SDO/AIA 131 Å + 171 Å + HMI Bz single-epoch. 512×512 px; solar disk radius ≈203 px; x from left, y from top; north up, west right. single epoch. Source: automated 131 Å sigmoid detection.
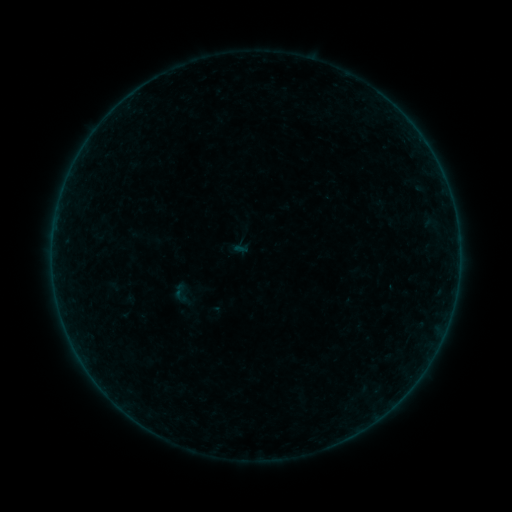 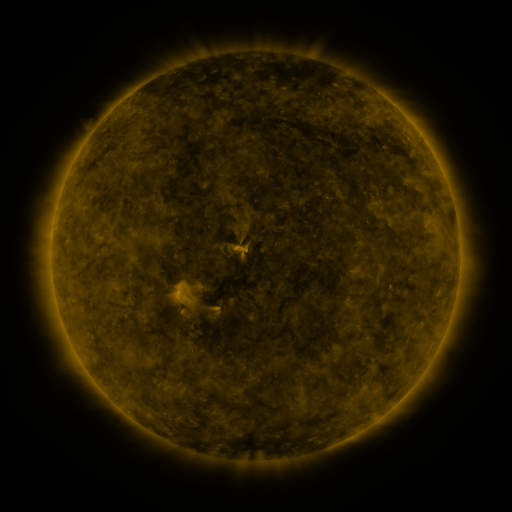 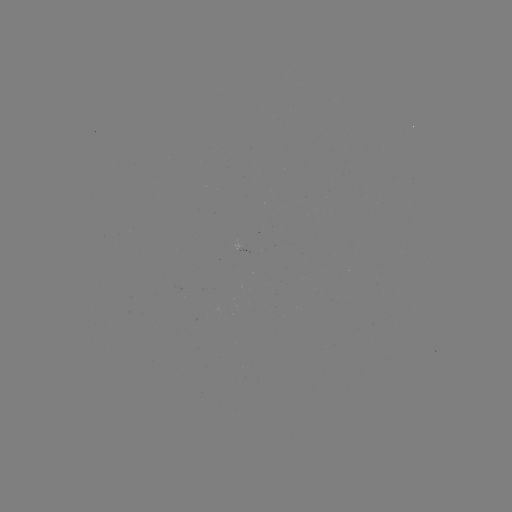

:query sigmoid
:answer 180,293